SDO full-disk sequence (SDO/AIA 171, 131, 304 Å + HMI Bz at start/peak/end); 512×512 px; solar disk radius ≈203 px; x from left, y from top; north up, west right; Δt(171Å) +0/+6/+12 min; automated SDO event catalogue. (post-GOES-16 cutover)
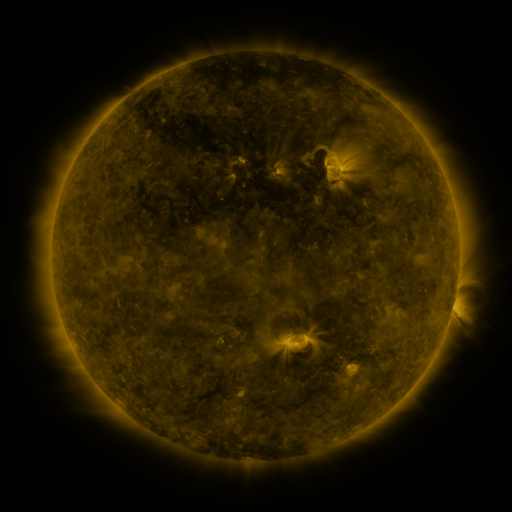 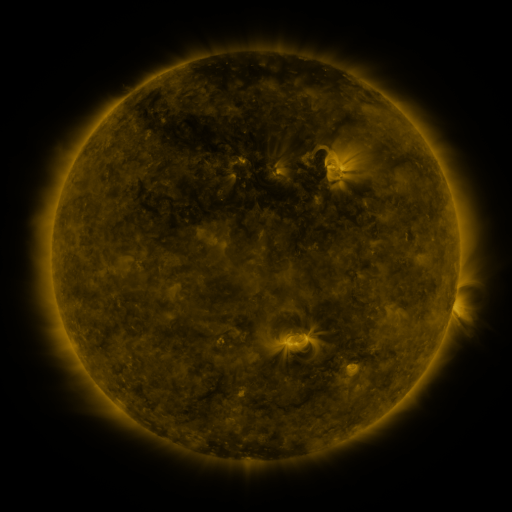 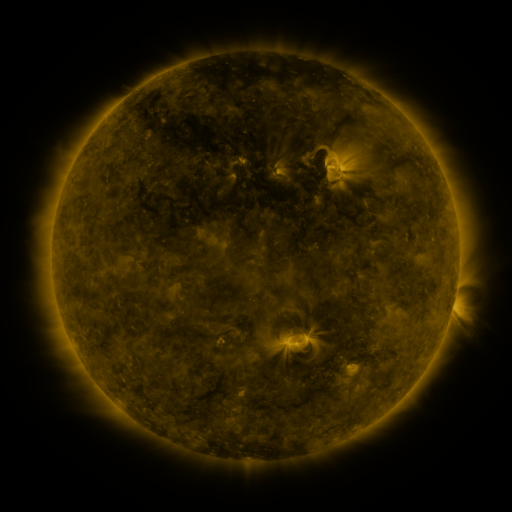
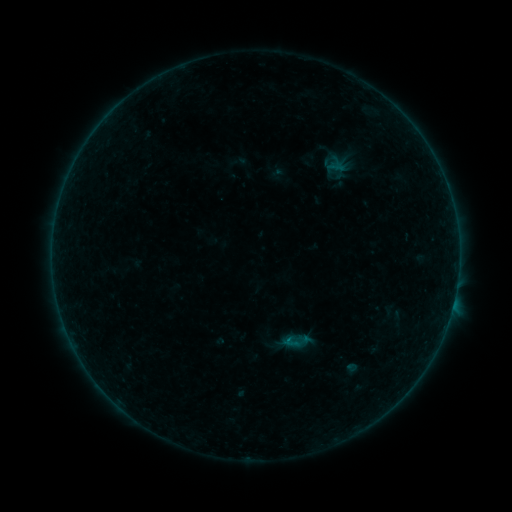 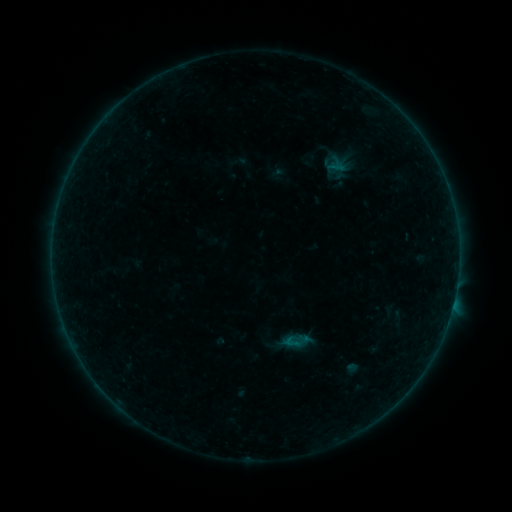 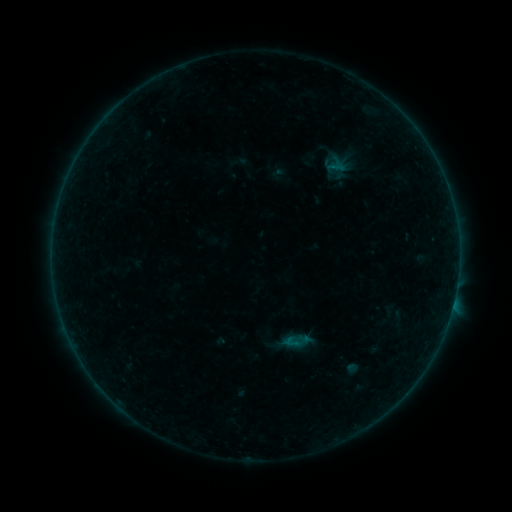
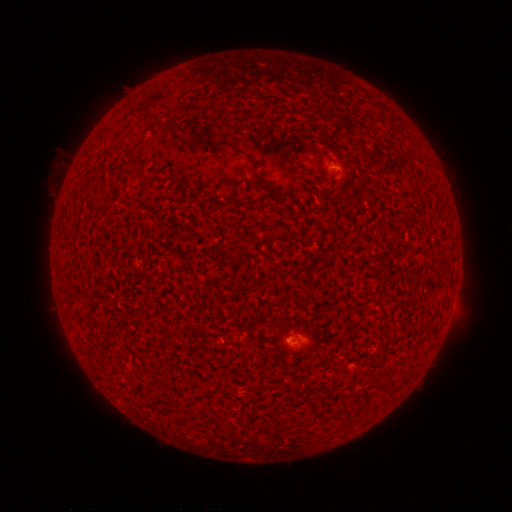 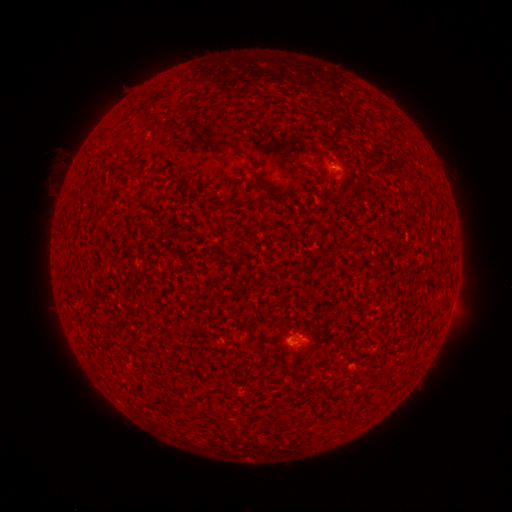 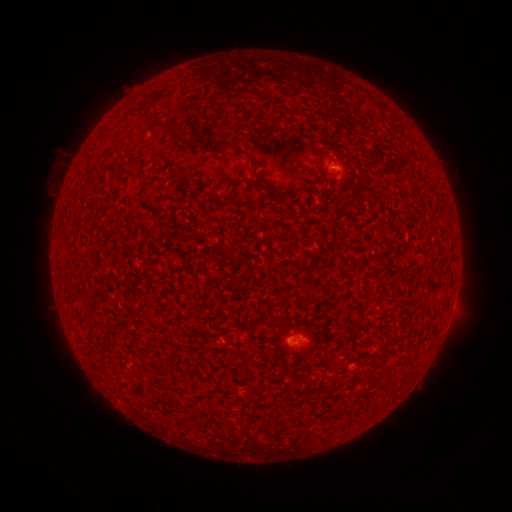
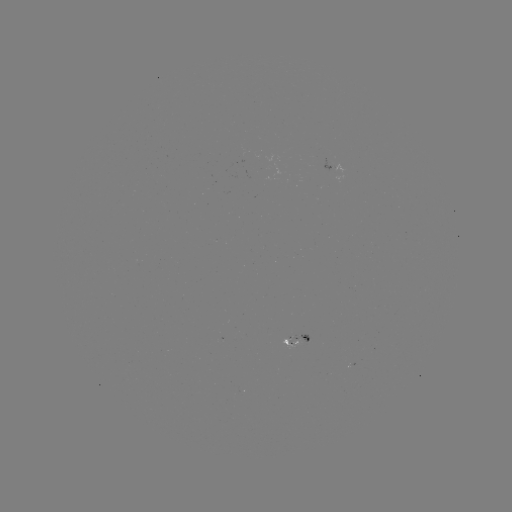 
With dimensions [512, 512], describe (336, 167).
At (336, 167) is B2.3 flare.